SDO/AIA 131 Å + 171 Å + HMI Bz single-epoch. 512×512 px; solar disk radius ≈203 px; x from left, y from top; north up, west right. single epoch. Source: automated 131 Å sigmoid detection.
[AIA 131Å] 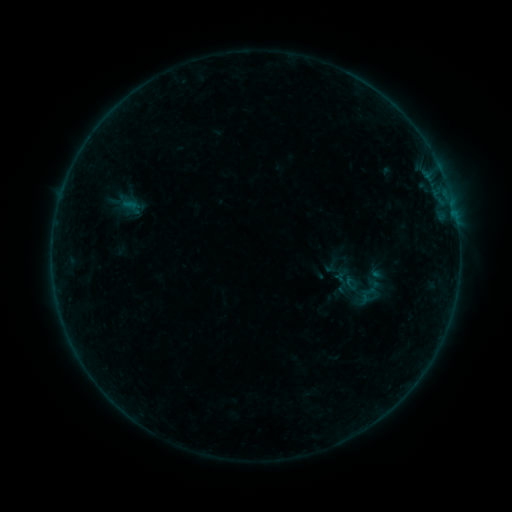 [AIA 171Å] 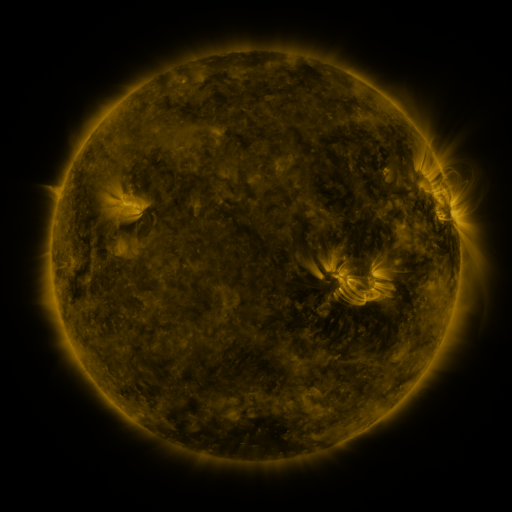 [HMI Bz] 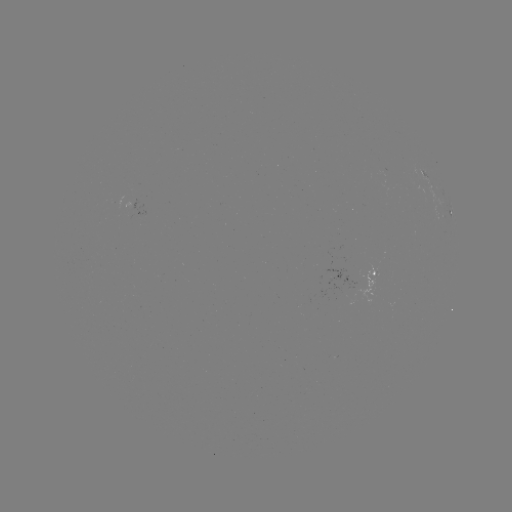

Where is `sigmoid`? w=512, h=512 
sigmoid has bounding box [358, 282, 380, 305].